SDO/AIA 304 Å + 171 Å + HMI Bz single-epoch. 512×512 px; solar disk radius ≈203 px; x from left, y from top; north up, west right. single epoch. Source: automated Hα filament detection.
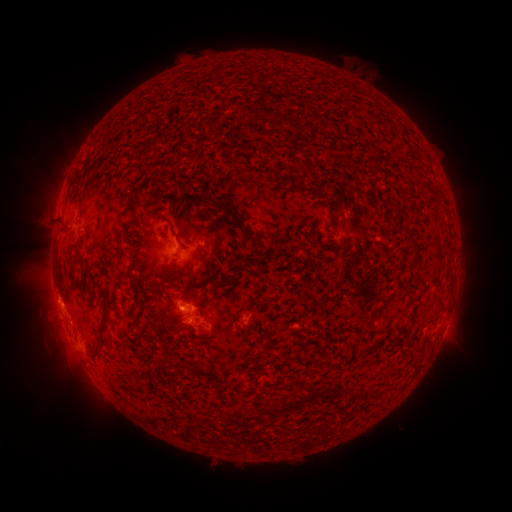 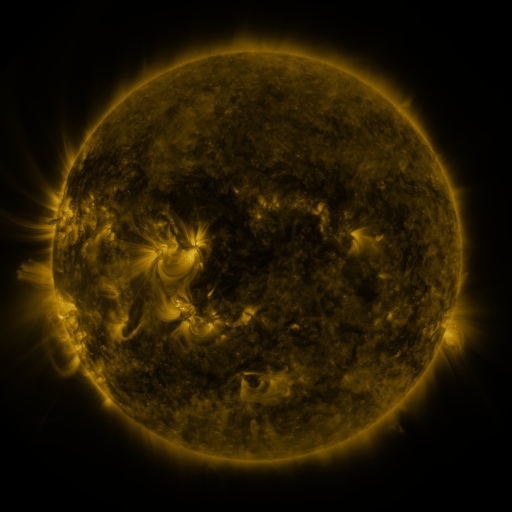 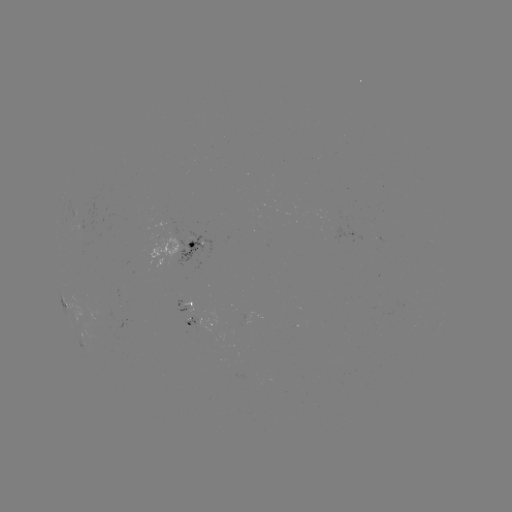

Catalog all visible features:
filament: (379, 116)
filament: (393, 138)
filament: (403, 141)
filament: (391, 203)
filament: (235, 218)
filament: (62, 222)
filament: (172, 230)
filament: (414, 246)
filament: (227, 252)
filament: (135, 256)
filament: (258, 262)
filament: (240, 267)
filament: (102, 334)
